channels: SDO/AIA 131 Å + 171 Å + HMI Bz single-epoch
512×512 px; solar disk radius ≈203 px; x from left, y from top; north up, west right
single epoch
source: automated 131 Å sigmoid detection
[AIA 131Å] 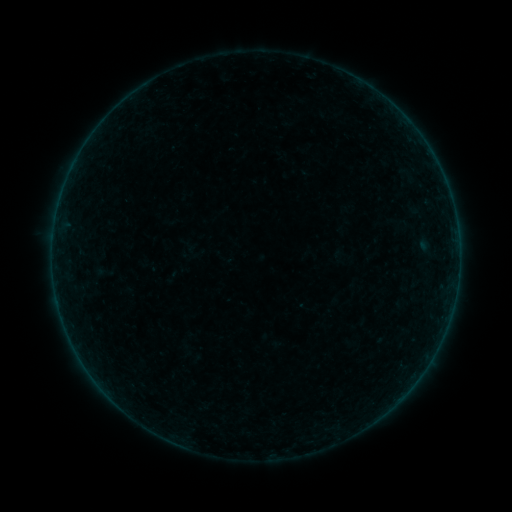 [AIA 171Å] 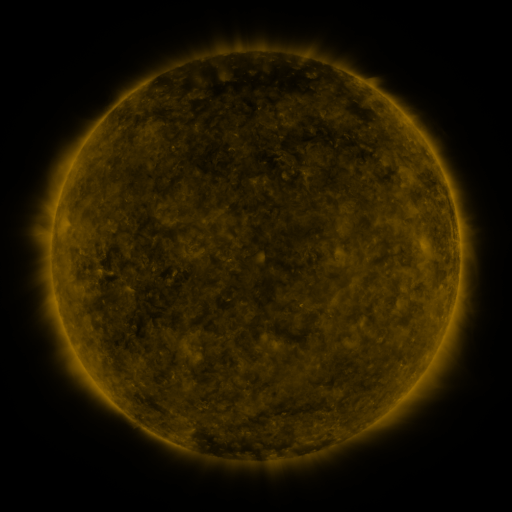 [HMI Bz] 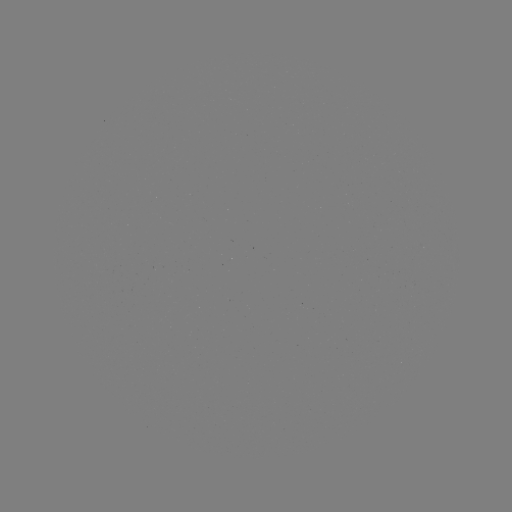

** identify sigmoid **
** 103,273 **